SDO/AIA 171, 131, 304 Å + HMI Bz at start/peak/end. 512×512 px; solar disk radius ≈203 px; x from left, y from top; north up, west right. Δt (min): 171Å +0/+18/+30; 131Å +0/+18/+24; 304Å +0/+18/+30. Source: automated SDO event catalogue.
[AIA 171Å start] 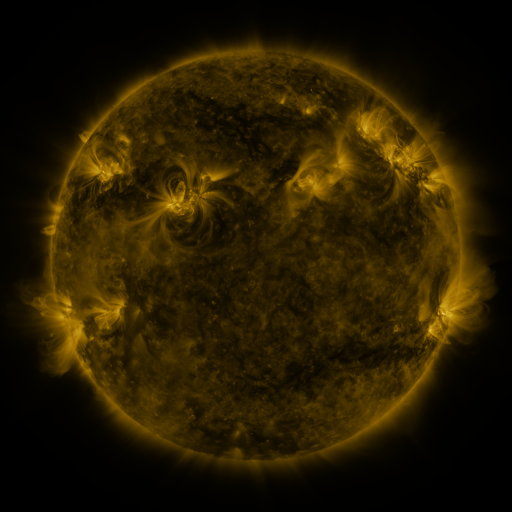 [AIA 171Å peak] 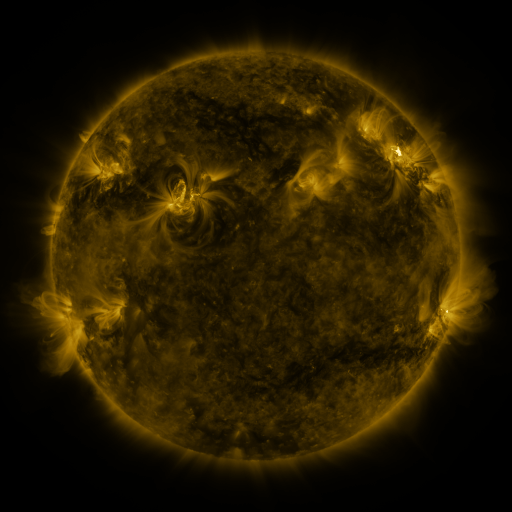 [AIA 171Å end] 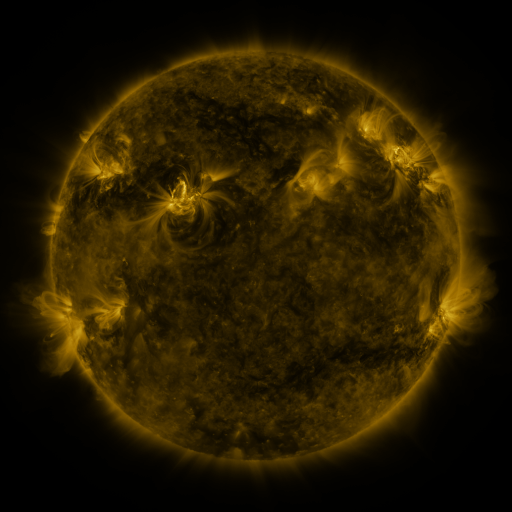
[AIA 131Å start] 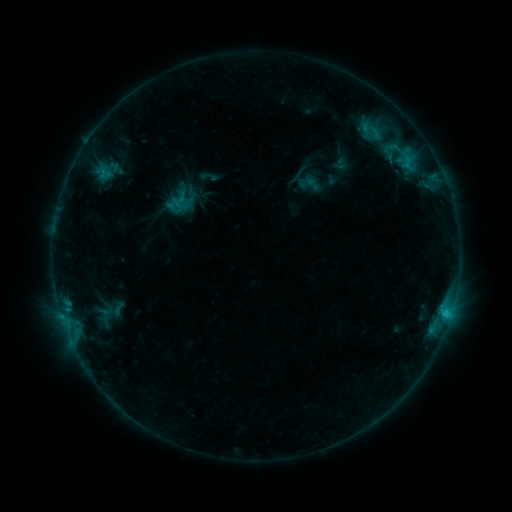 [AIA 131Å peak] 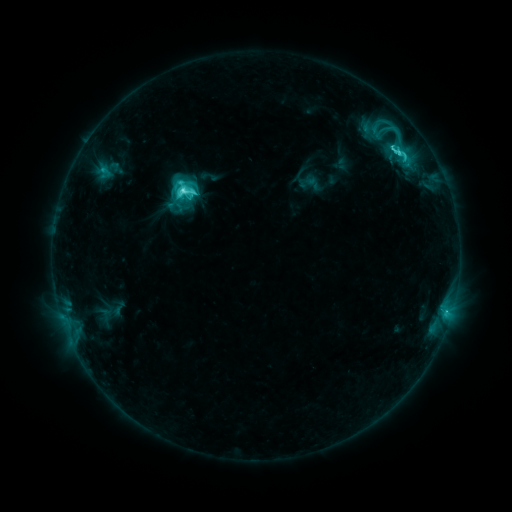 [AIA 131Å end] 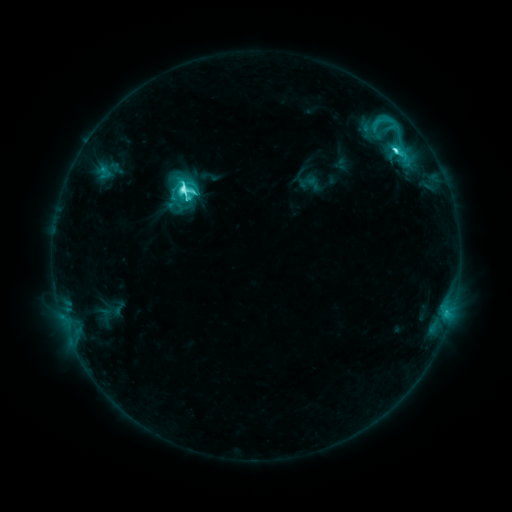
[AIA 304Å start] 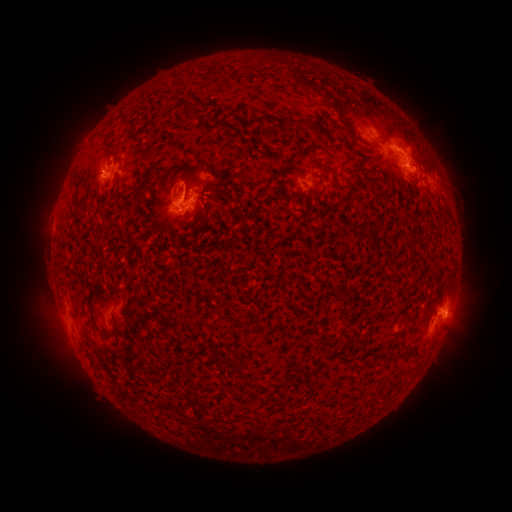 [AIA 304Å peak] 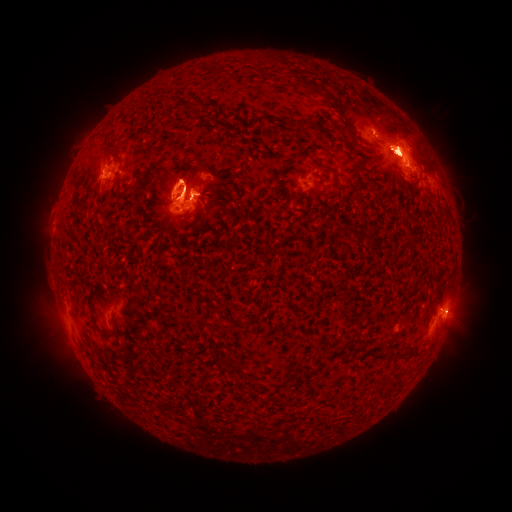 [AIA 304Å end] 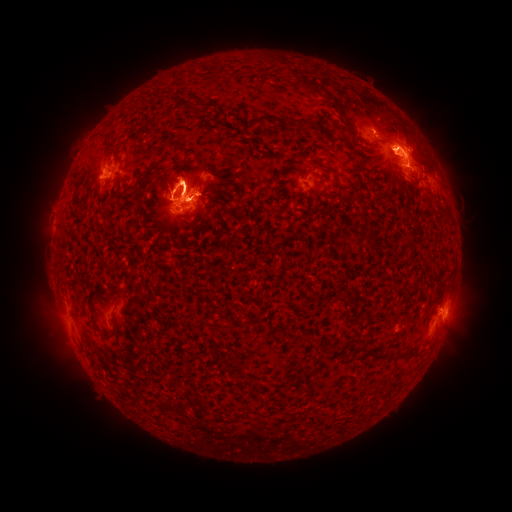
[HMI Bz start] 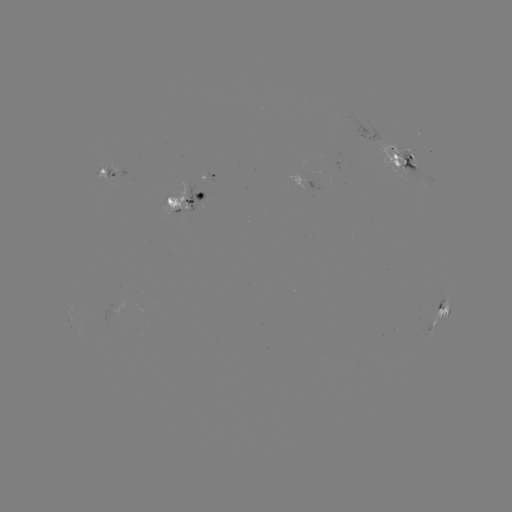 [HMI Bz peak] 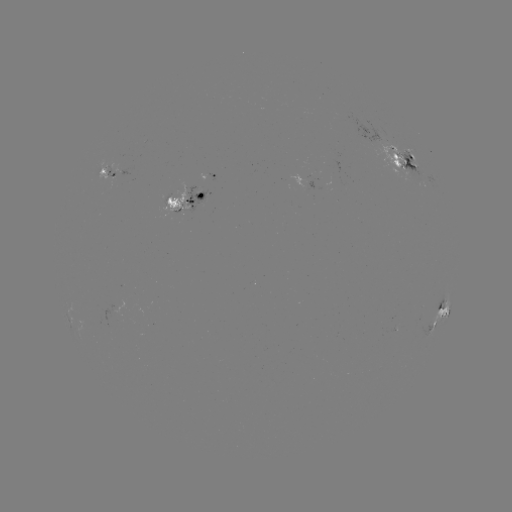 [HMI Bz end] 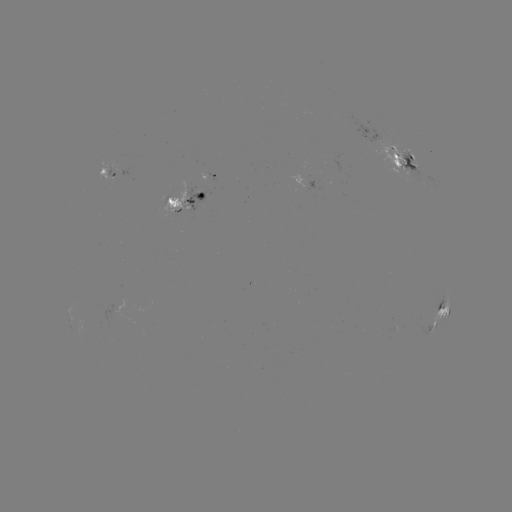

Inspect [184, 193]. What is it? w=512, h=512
M1.9 flare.